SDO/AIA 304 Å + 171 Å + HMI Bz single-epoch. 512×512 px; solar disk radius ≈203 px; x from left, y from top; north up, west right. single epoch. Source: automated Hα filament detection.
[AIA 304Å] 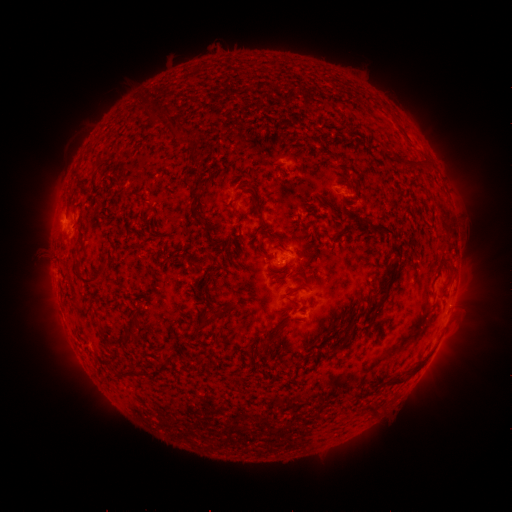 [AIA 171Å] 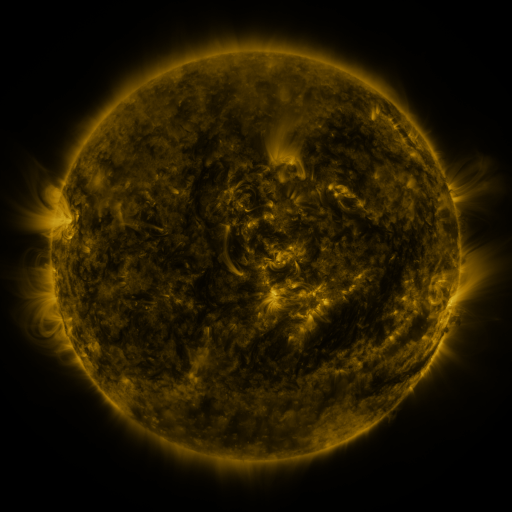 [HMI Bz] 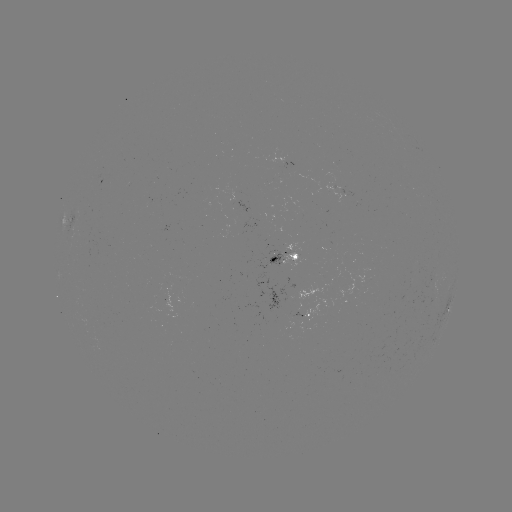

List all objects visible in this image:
filament: <bbox>179, 123, 193, 138</bbox>
filament: <bbox>191, 154, 201, 166</bbox>
filament: <bbox>245, 182, 256, 199</bbox>
filament: <bbox>189, 205, 205, 226</bbox>
filament: <bbox>231, 206, 238, 217</bbox>
filament: <bbox>376, 225, 394, 236</bbox>
filament: <bbox>391, 244, 400, 257</bbox>
filament: <bbox>383, 260, 397, 292</bbox>
filament: <bbox>79, 266, 105, 285</bbox>
filament: <bbox>208, 307, 222, 320</bbox>
filament: <bbox>199, 316, 206, 328</bbox>
filament: <bbox>257, 328, 276, 352</bbox>
filament: <bbox>389, 378, 404, 386</bbox>
